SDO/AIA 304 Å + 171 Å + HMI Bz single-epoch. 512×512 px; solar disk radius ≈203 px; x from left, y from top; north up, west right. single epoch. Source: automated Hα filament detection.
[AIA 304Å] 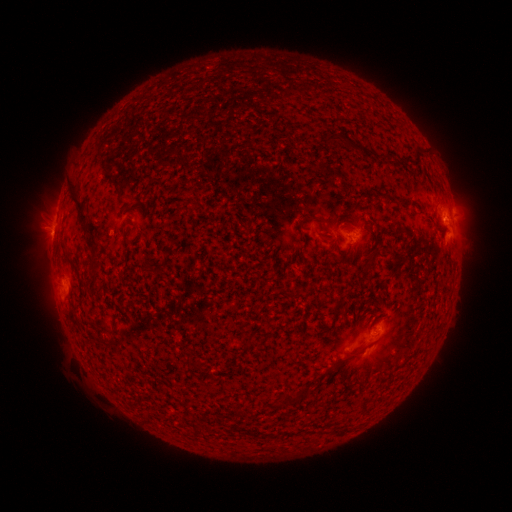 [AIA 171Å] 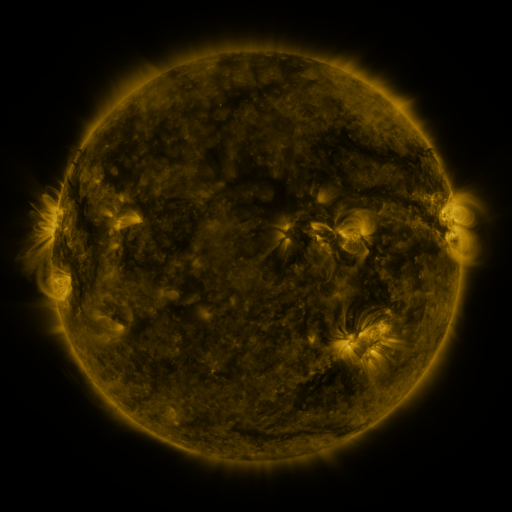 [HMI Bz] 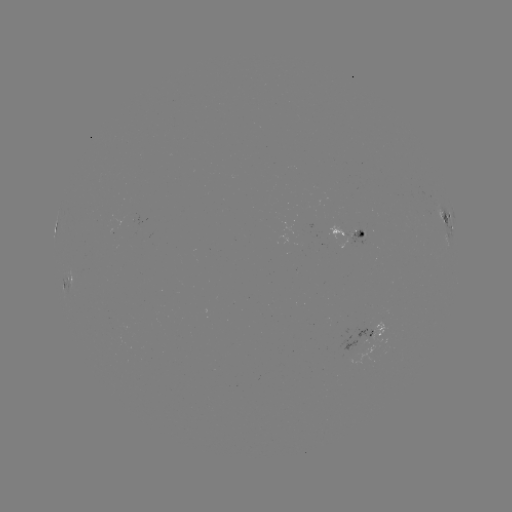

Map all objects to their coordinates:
filament: [324, 133, 333, 147]
filament: [324, 167, 338, 177]
filament: [68, 184, 88, 222]
filament: [192, 199, 203, 208]
filament: [374, 230, 385, 243]
filament: [366, 248, 380, 264]
filament: [362, 267, 376, 284]
filament: [193, 361, 205, 373]
filament: [285, 391, 295, 406]
